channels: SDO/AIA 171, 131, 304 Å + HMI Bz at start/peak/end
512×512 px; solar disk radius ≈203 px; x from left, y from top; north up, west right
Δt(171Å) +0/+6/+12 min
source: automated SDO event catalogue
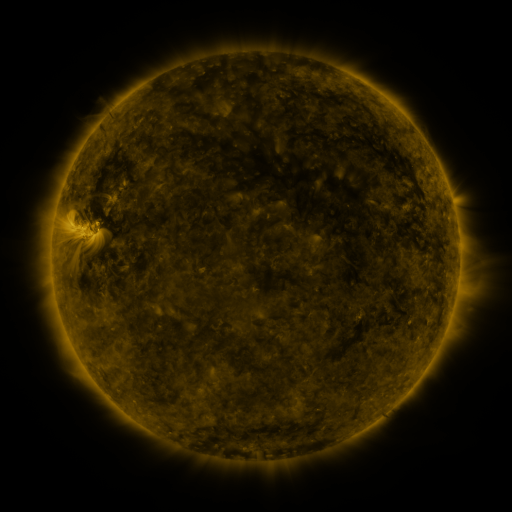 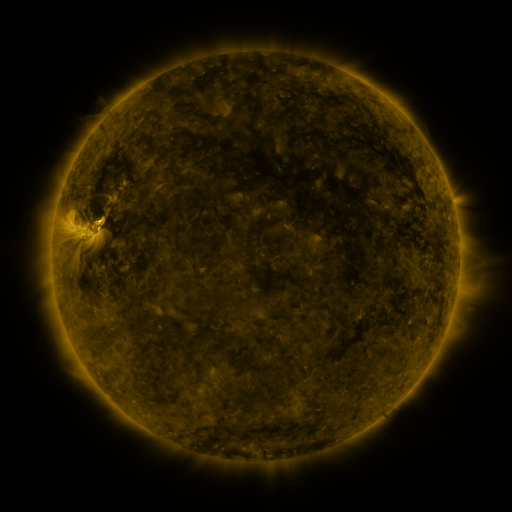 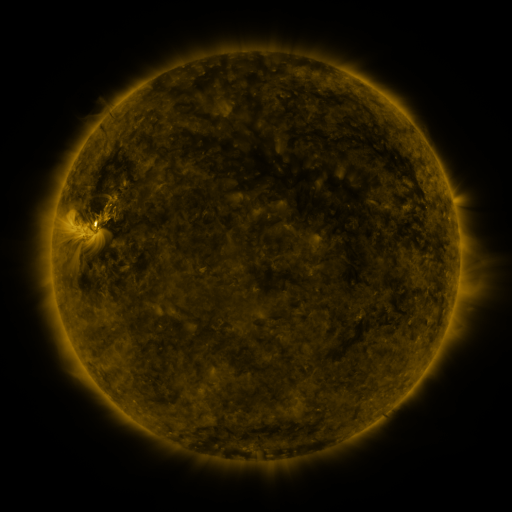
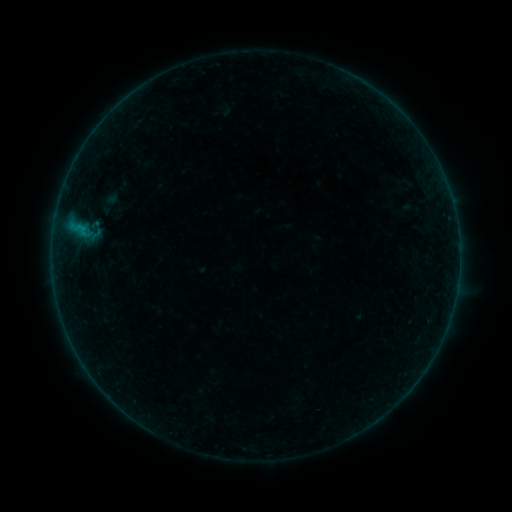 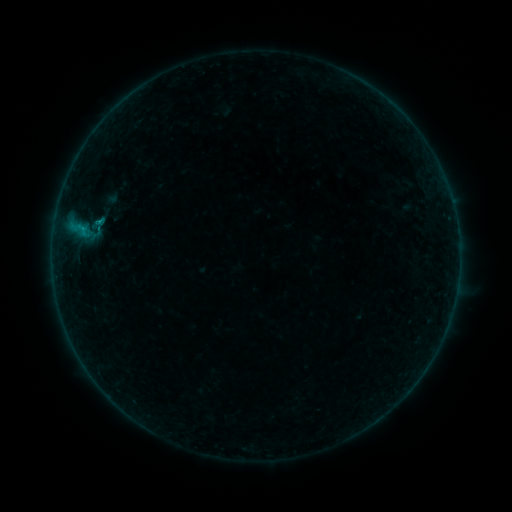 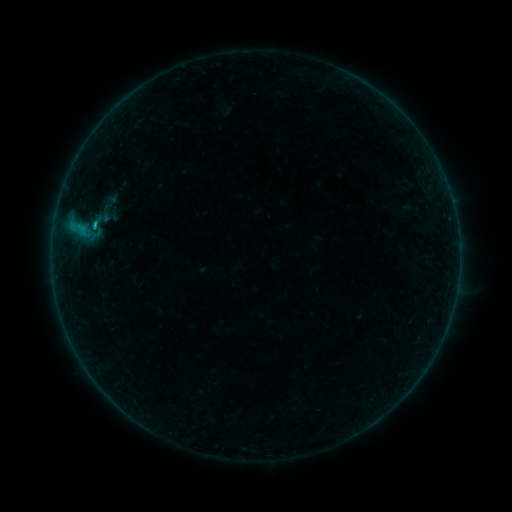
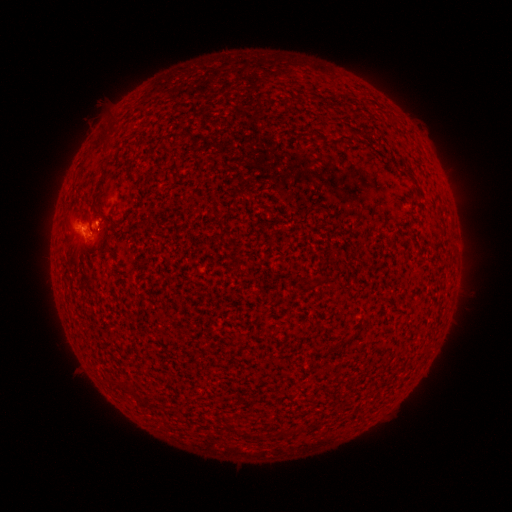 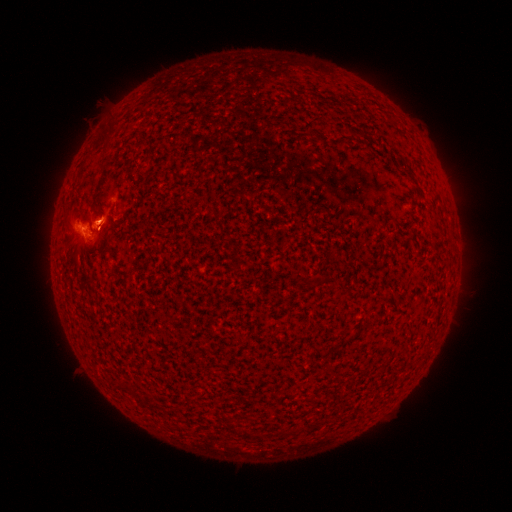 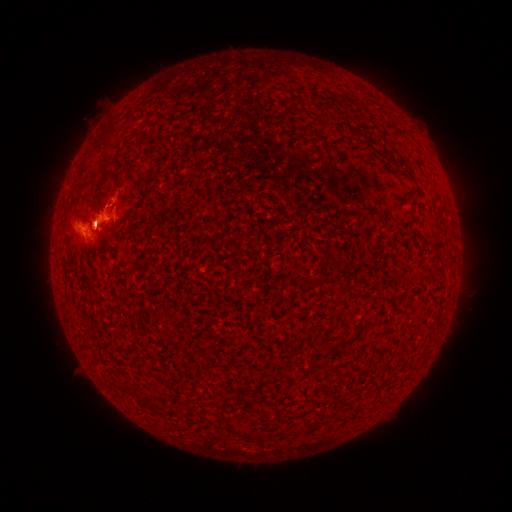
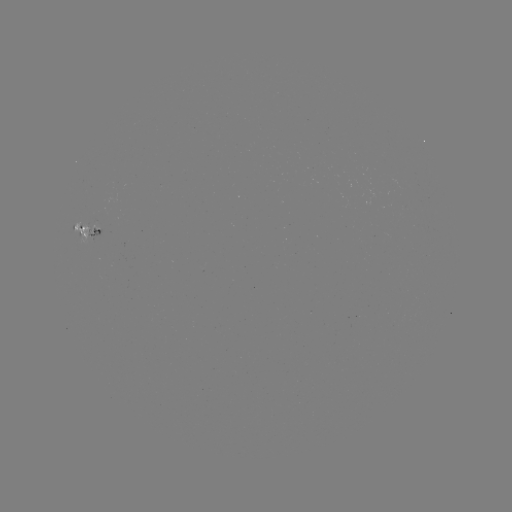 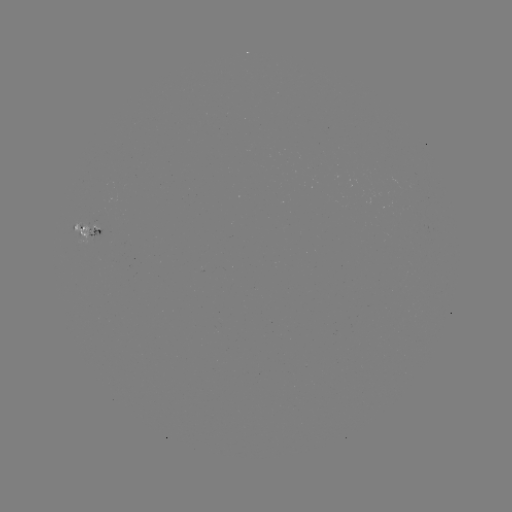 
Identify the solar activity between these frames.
eruption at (103, 216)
